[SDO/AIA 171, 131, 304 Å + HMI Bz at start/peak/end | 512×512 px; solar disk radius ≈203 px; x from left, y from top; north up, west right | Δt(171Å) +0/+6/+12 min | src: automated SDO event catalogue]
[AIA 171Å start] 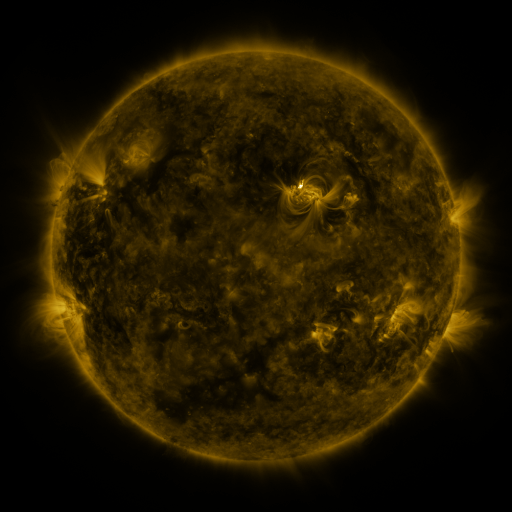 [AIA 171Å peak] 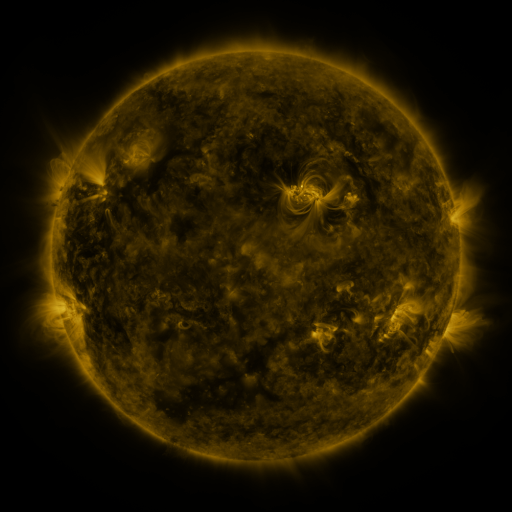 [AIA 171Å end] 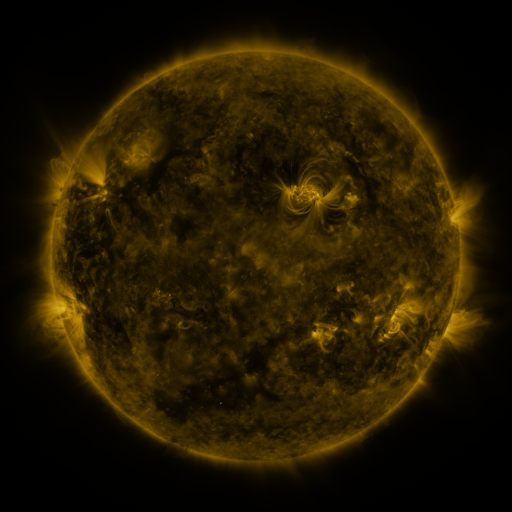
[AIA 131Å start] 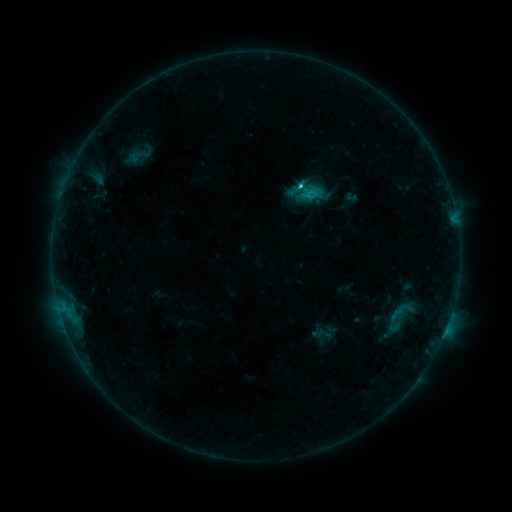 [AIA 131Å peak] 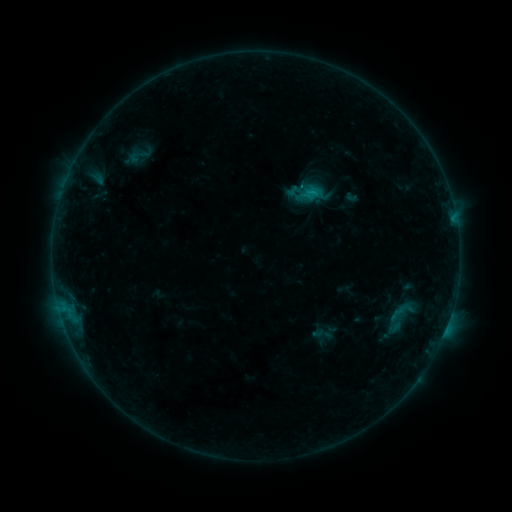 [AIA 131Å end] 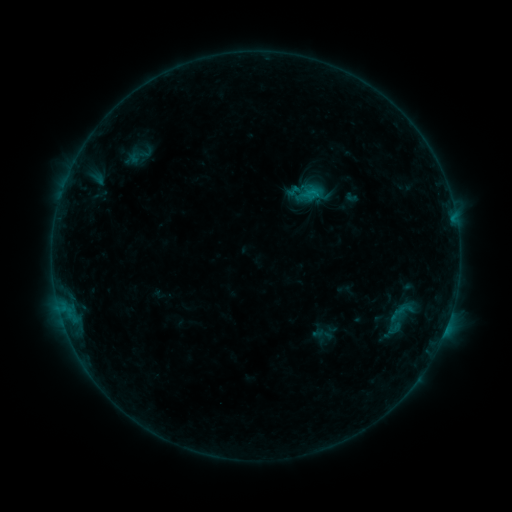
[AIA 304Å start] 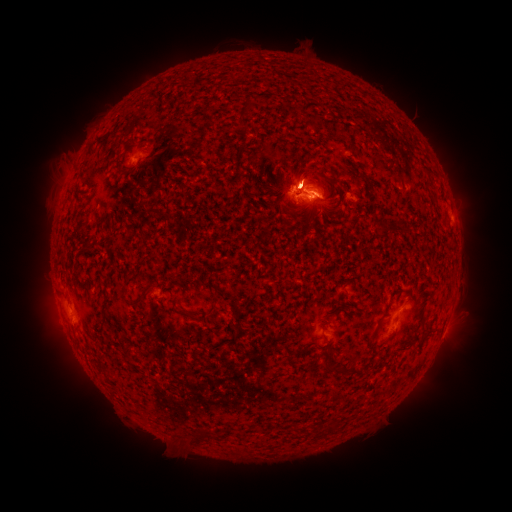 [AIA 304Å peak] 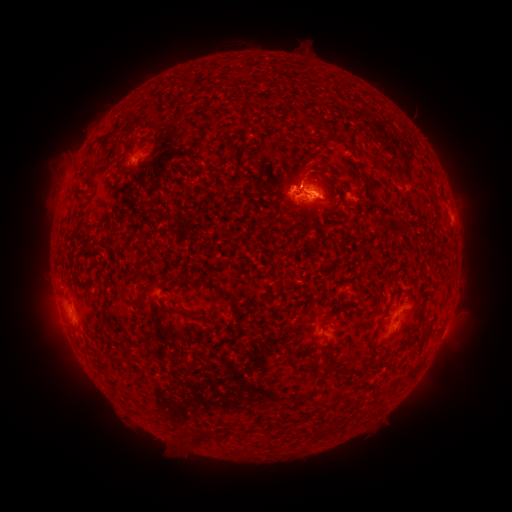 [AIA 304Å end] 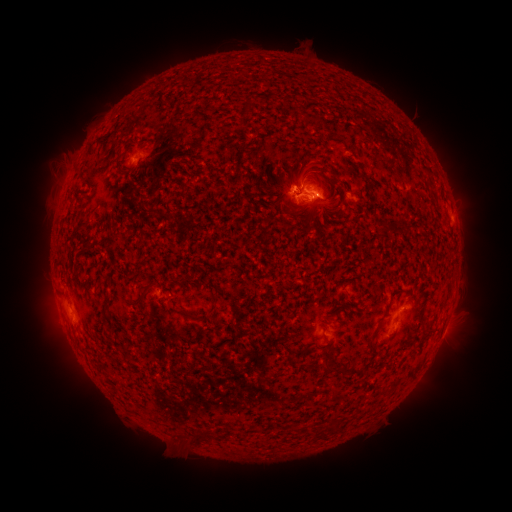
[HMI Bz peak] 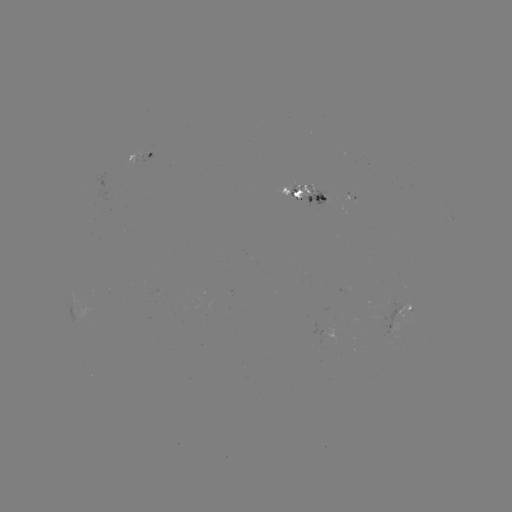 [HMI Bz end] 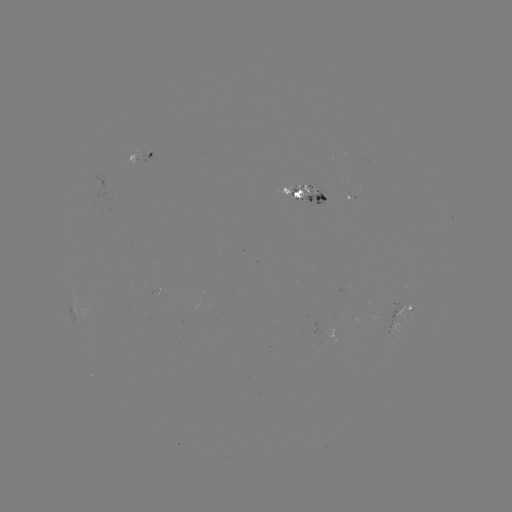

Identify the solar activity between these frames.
eruption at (314, 172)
